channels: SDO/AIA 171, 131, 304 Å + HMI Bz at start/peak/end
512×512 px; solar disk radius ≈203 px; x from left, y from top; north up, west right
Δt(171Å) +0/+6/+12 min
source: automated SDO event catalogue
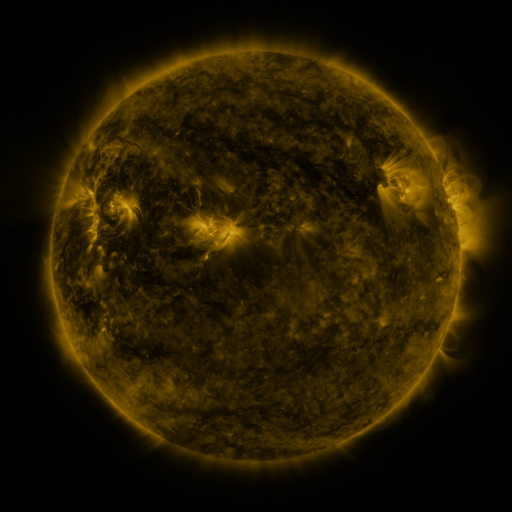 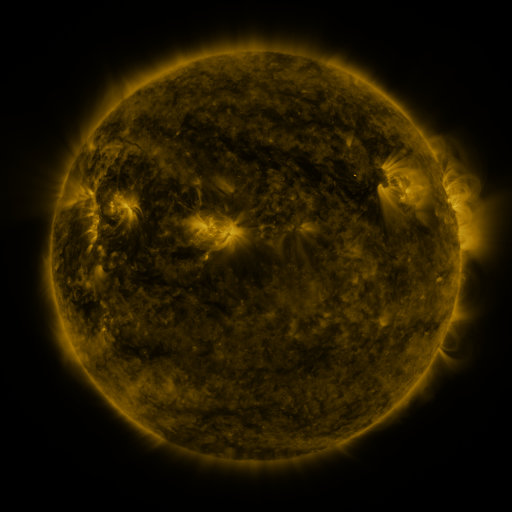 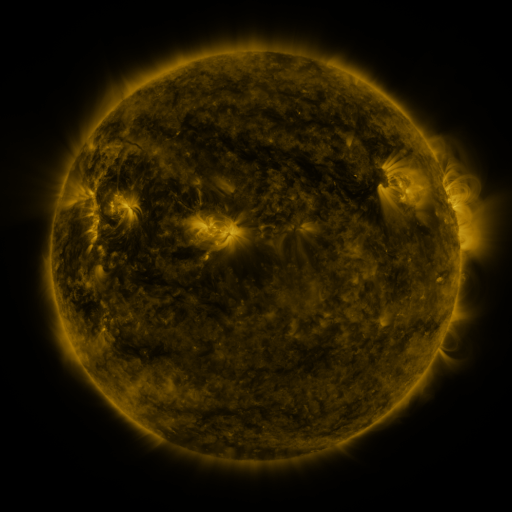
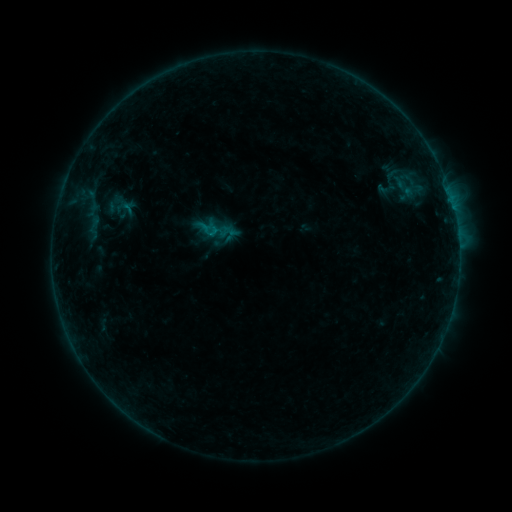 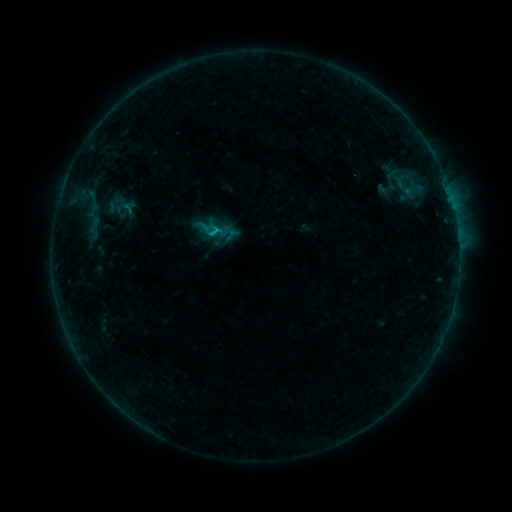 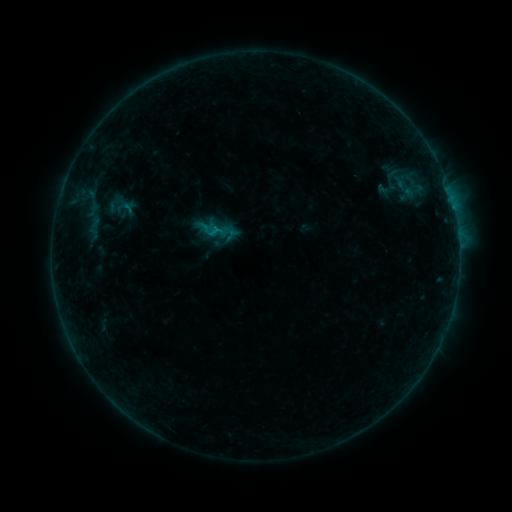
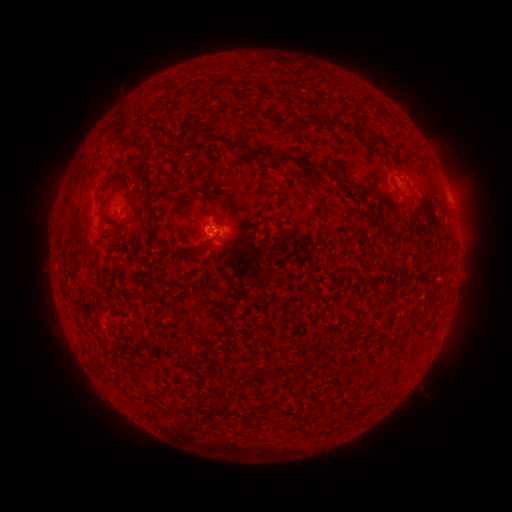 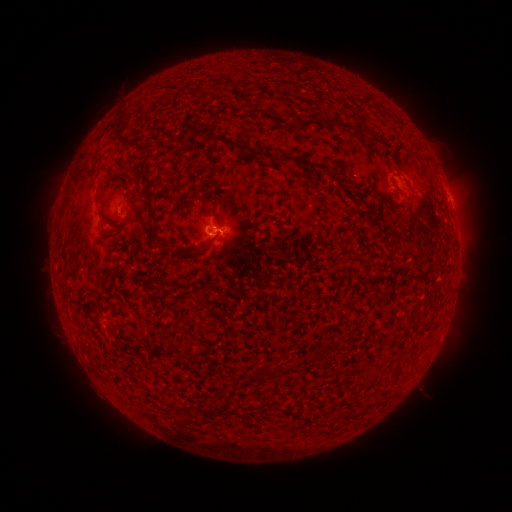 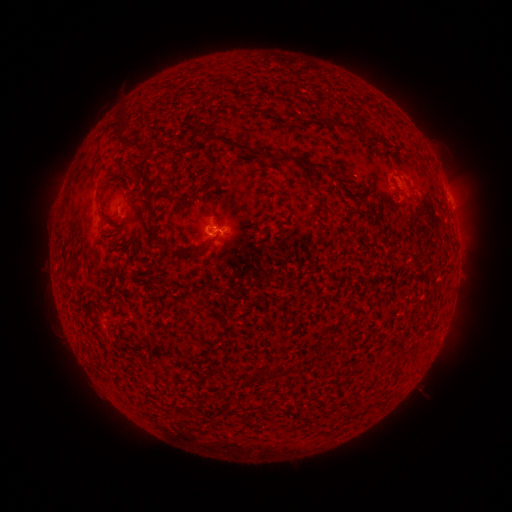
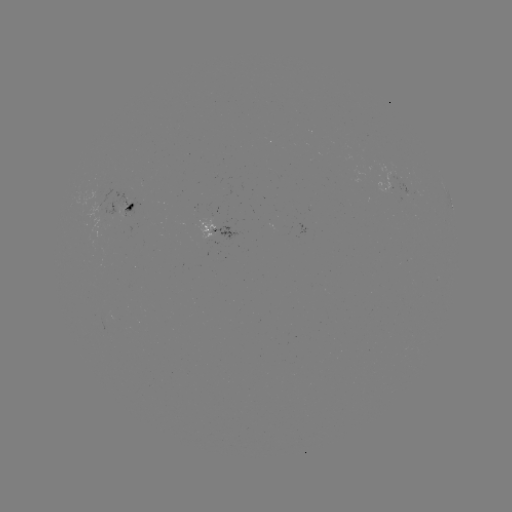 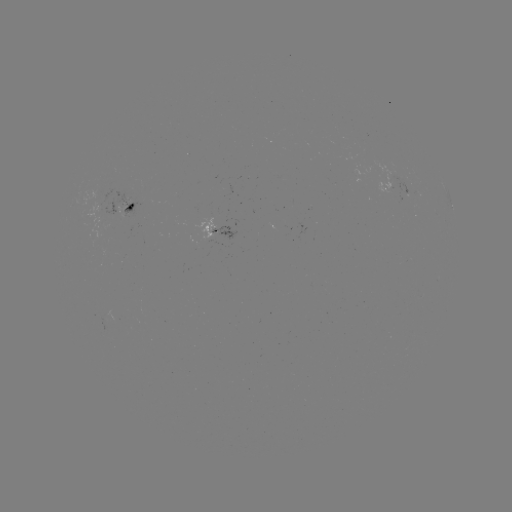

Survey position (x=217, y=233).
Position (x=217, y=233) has B5.4 flare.